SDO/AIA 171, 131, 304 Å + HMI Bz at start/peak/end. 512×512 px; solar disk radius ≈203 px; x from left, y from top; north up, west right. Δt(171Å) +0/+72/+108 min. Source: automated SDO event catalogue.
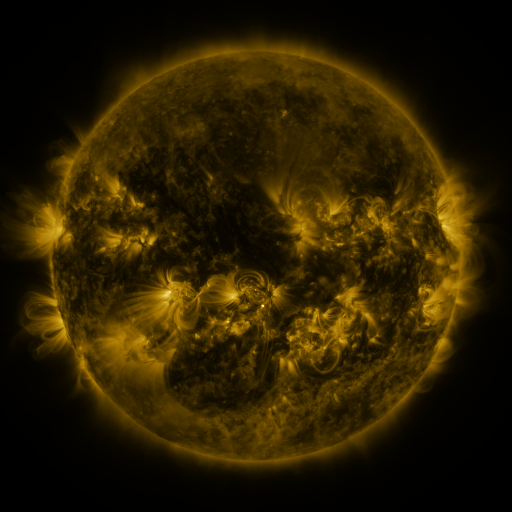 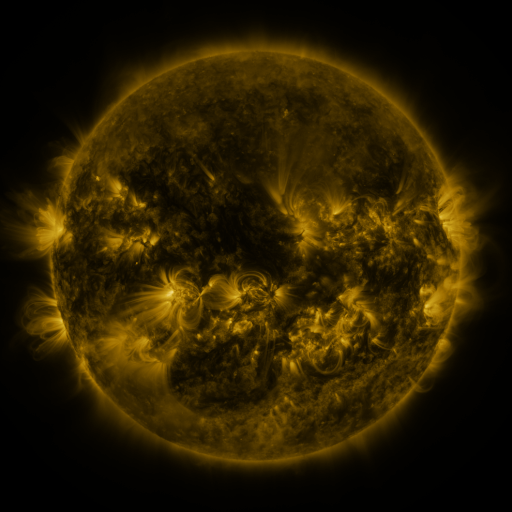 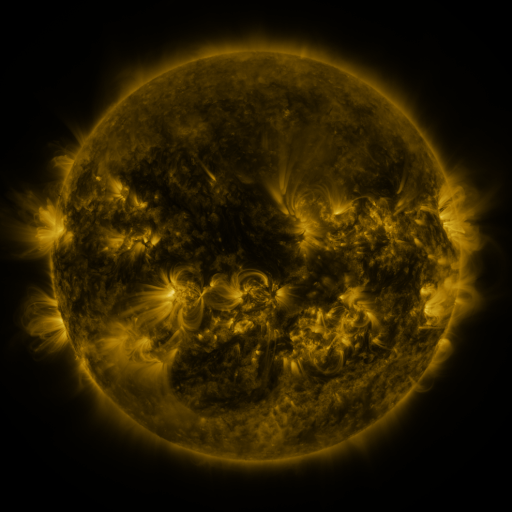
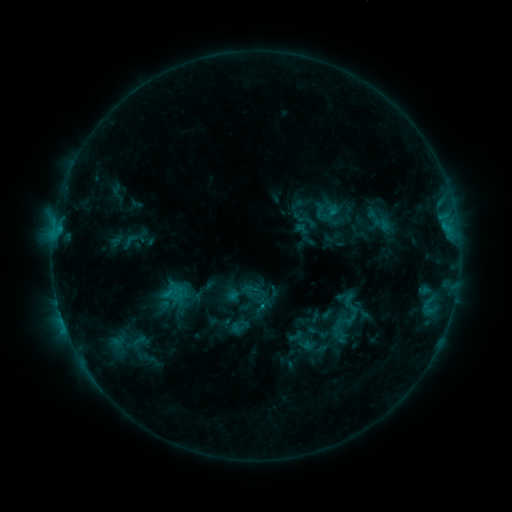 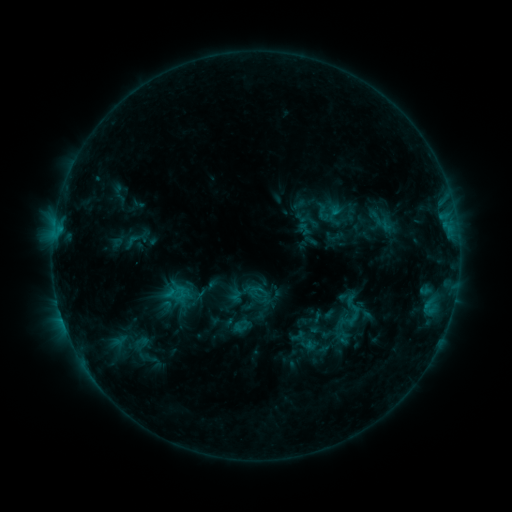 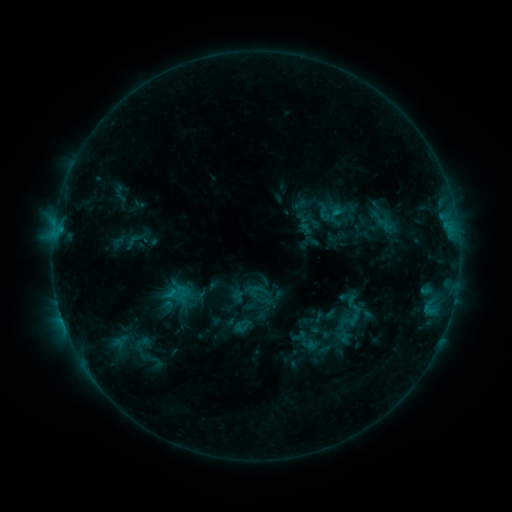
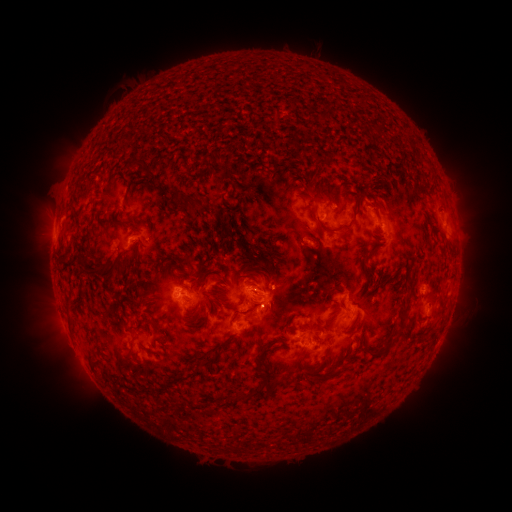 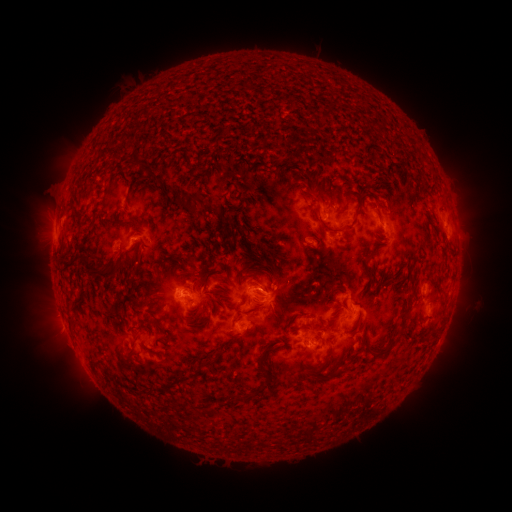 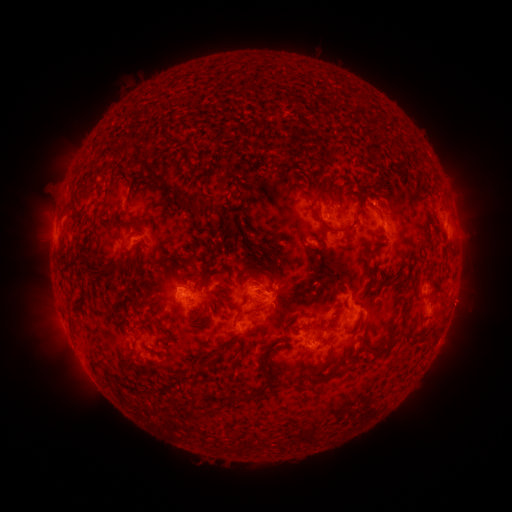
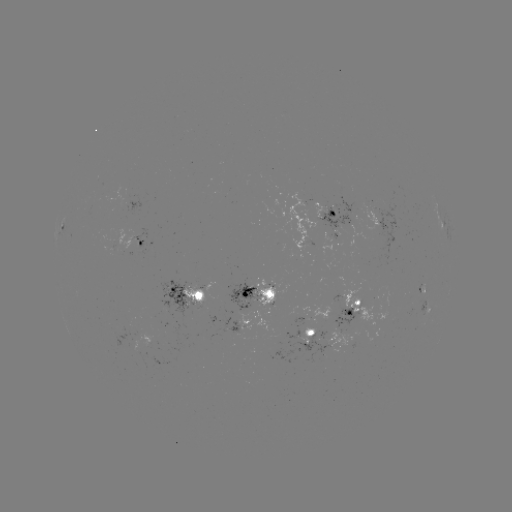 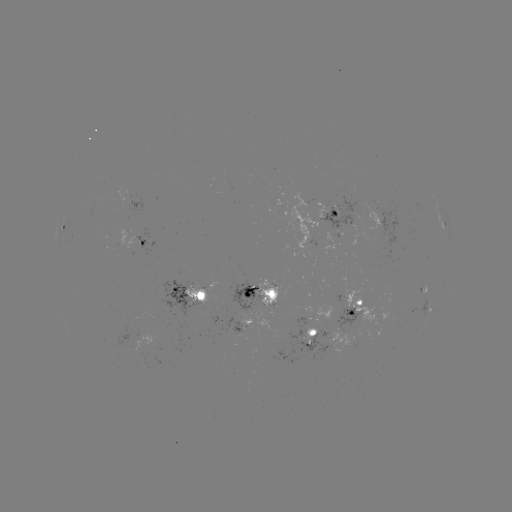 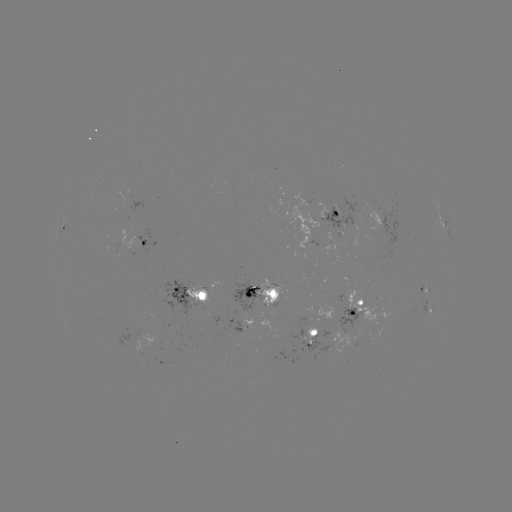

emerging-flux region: <bbox>328, 328, 359, 349</bbox>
